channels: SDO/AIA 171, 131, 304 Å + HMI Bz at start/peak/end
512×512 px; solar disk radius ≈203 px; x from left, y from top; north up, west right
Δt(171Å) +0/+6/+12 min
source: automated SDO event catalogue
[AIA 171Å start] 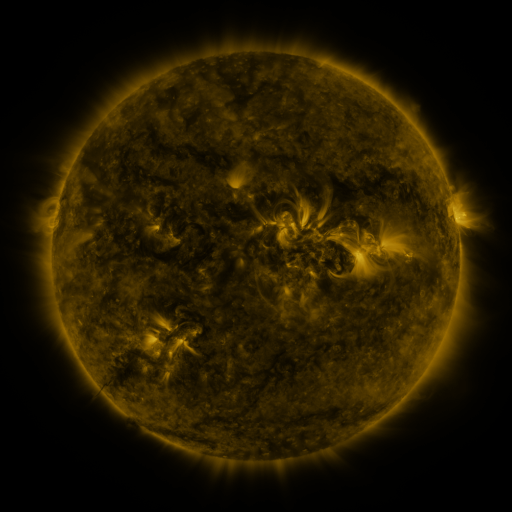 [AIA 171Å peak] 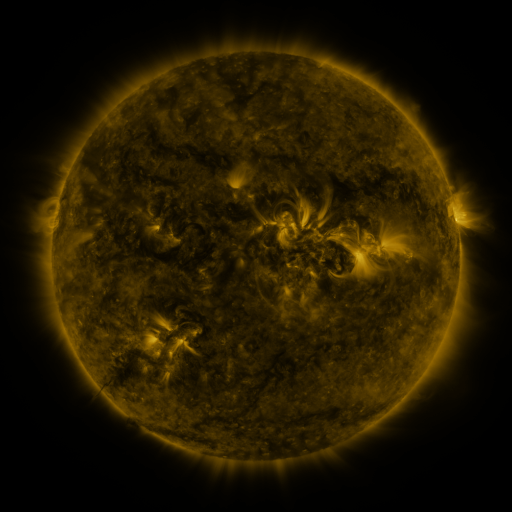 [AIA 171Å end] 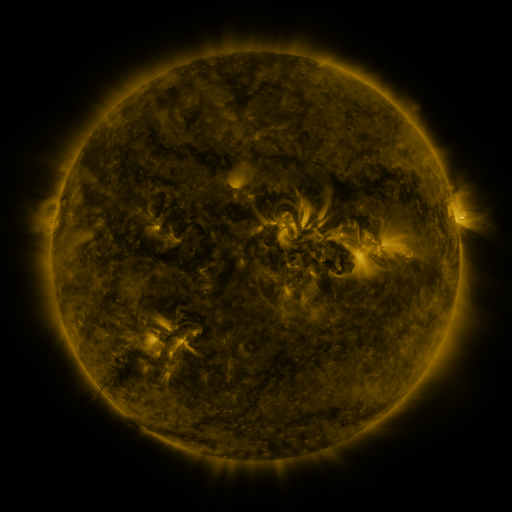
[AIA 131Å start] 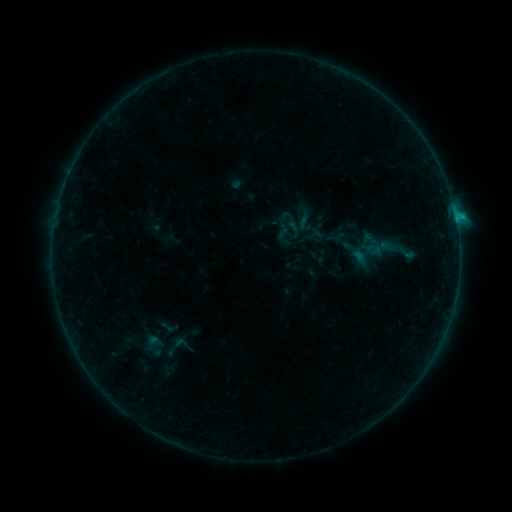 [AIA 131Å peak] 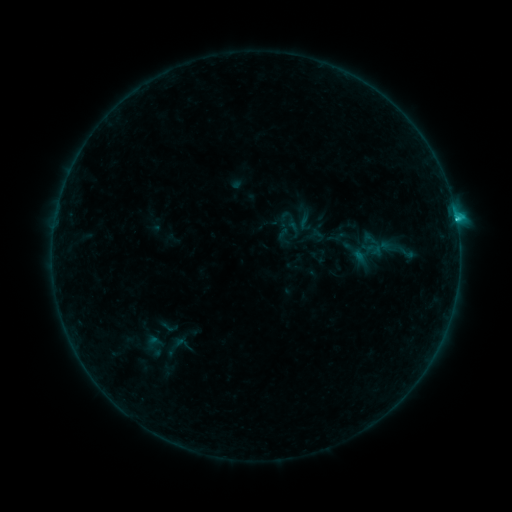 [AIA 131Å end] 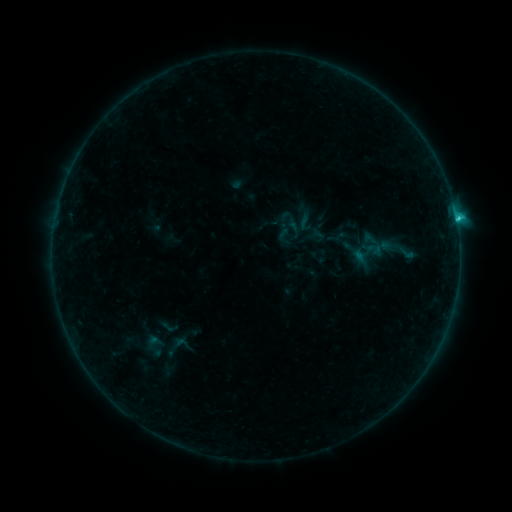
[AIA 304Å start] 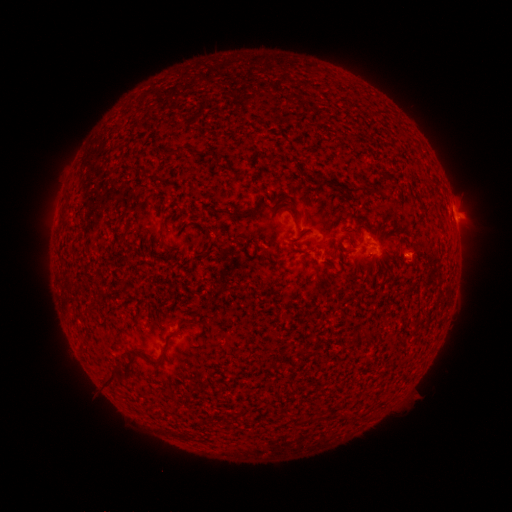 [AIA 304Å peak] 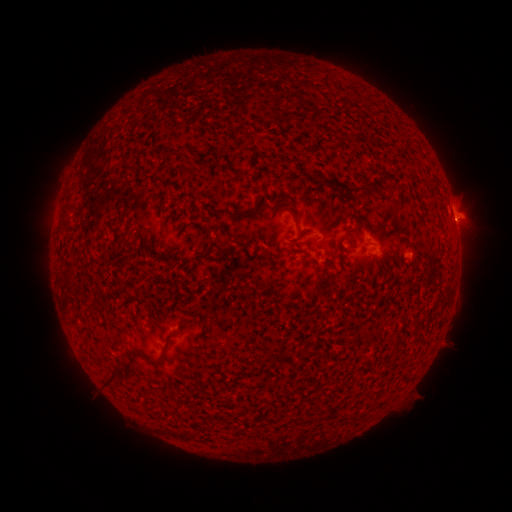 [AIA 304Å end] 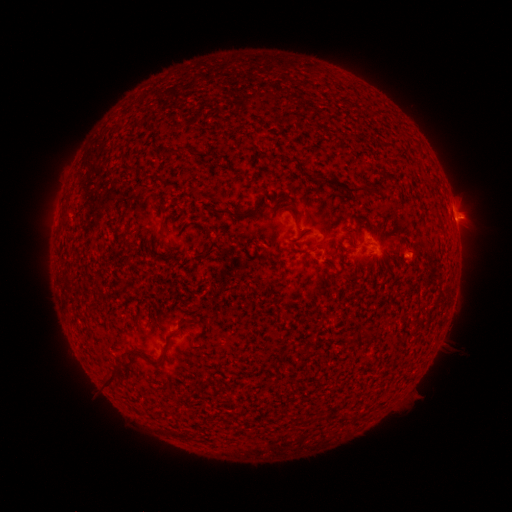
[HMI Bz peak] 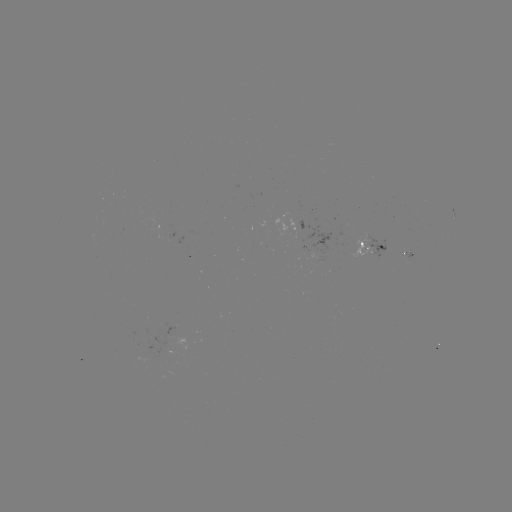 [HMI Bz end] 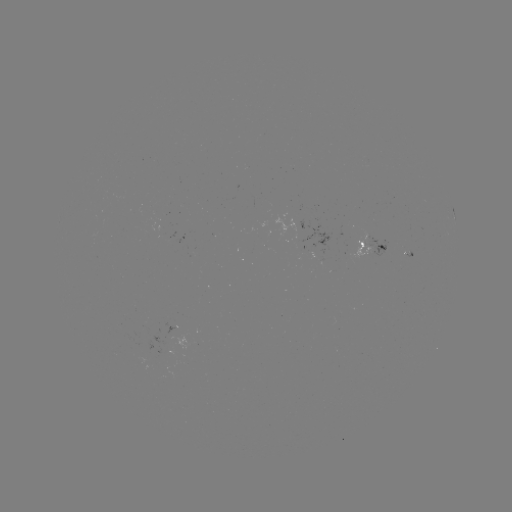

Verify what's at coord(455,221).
B9.7 flare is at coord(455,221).